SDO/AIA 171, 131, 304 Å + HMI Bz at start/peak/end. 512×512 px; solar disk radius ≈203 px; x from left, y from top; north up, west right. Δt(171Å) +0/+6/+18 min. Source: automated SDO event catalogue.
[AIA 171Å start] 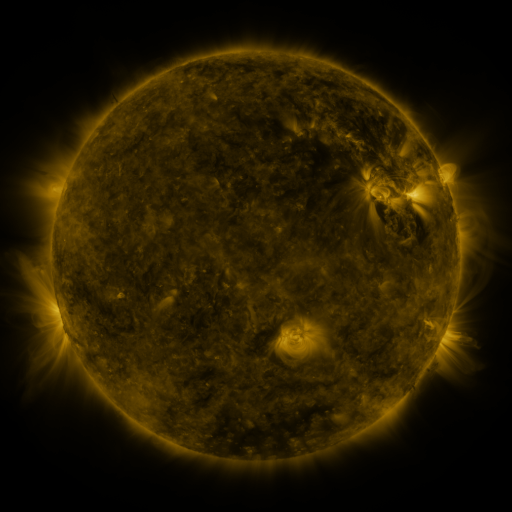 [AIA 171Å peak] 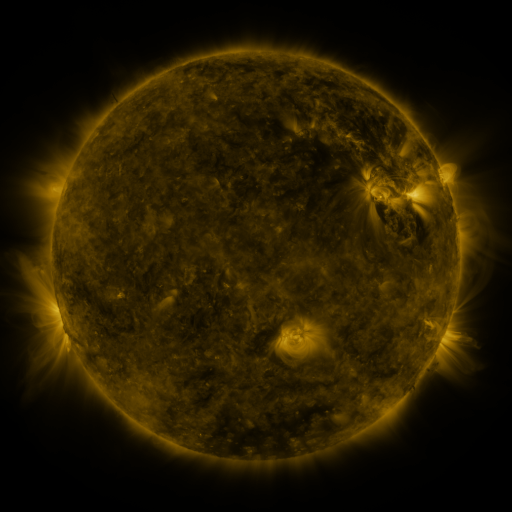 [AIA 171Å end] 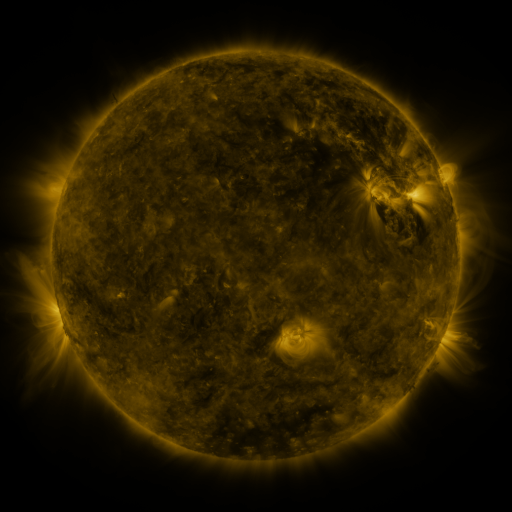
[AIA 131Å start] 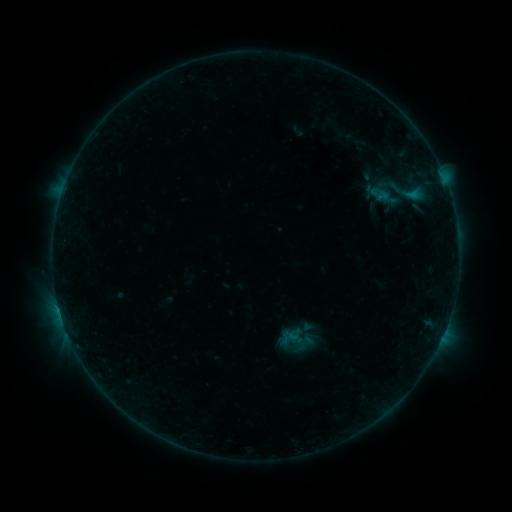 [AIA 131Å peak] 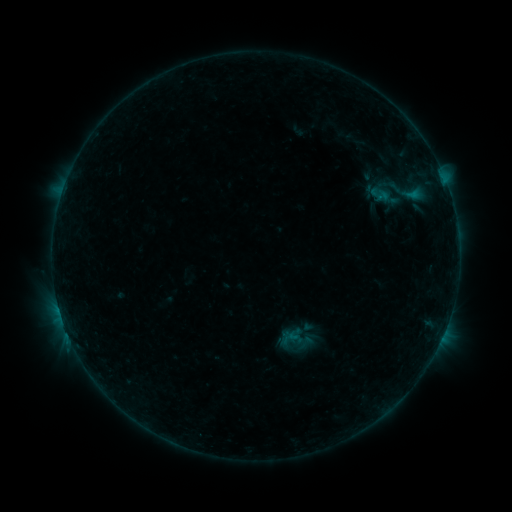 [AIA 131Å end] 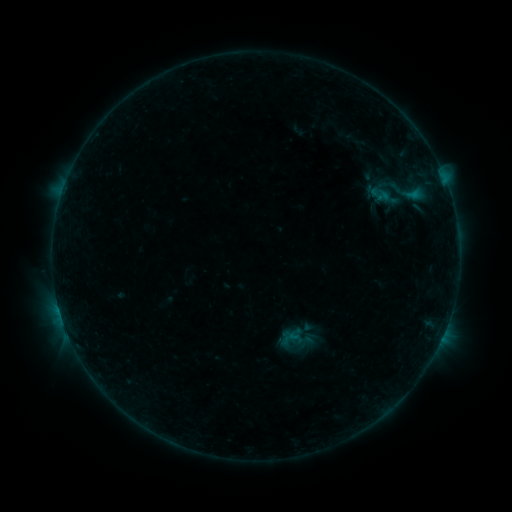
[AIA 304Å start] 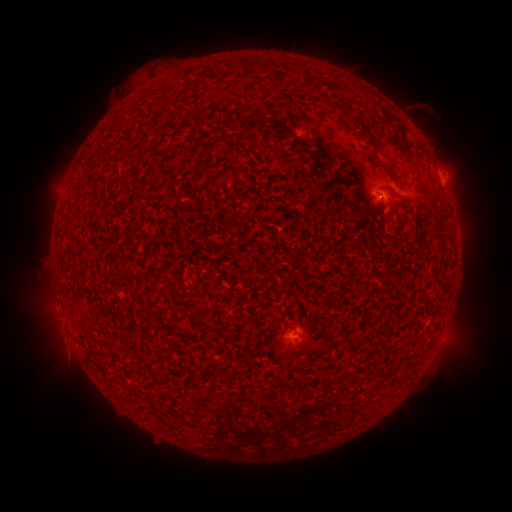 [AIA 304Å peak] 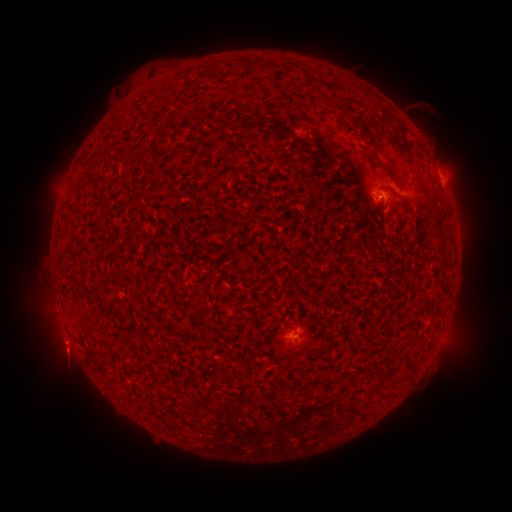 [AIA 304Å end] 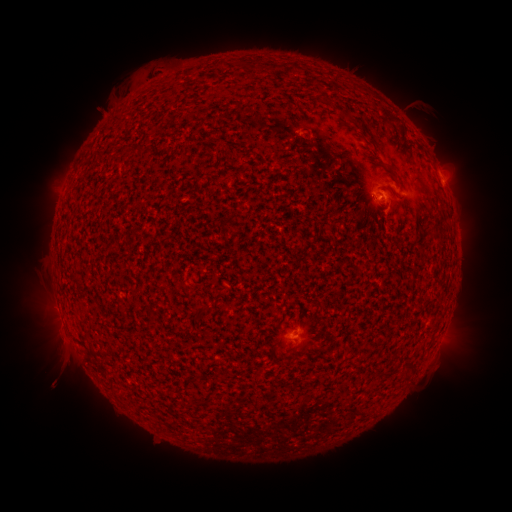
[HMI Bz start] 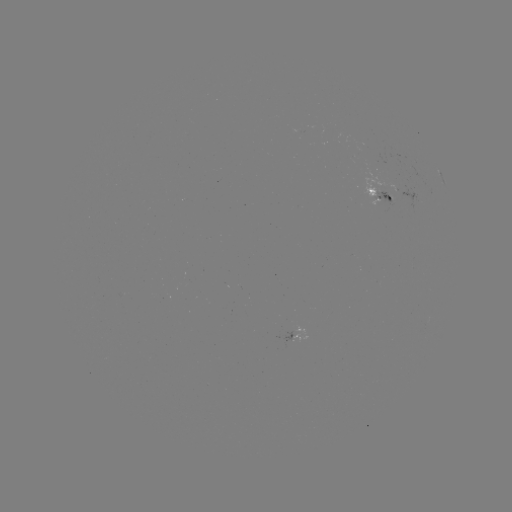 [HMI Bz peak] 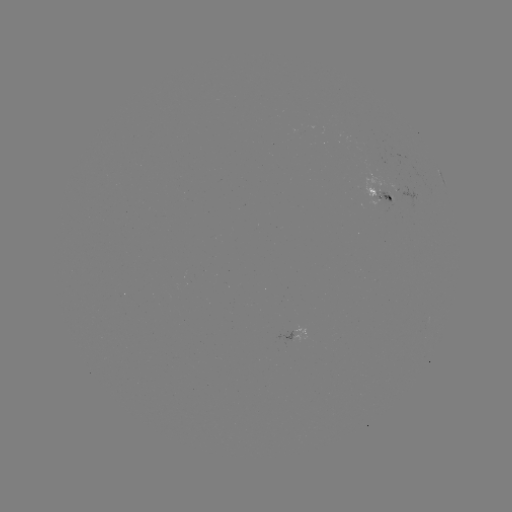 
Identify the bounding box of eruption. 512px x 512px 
[30, 323, 93, 396].